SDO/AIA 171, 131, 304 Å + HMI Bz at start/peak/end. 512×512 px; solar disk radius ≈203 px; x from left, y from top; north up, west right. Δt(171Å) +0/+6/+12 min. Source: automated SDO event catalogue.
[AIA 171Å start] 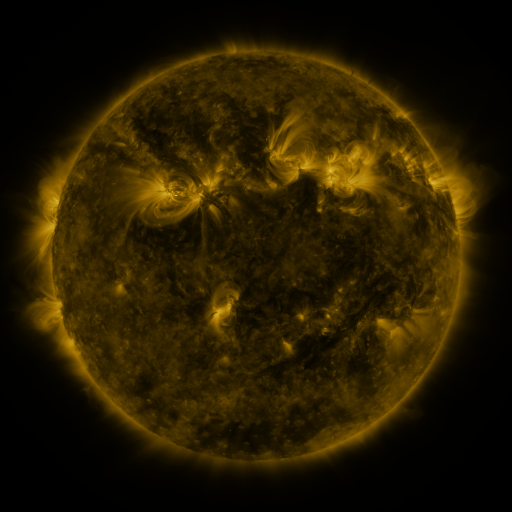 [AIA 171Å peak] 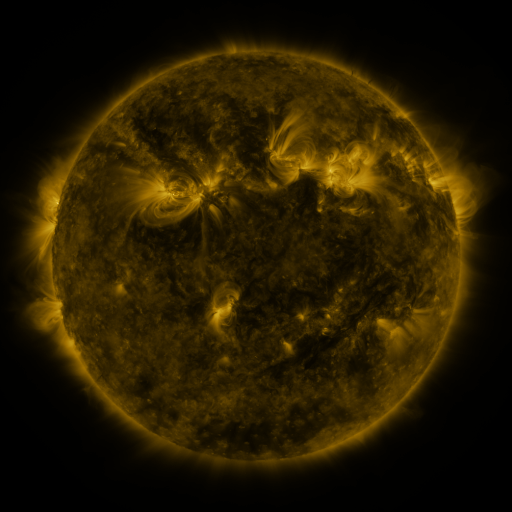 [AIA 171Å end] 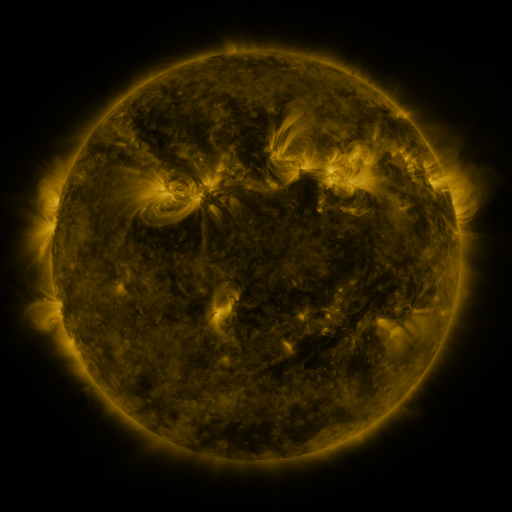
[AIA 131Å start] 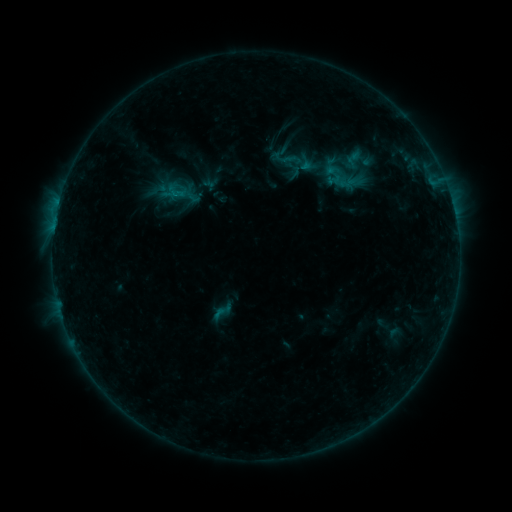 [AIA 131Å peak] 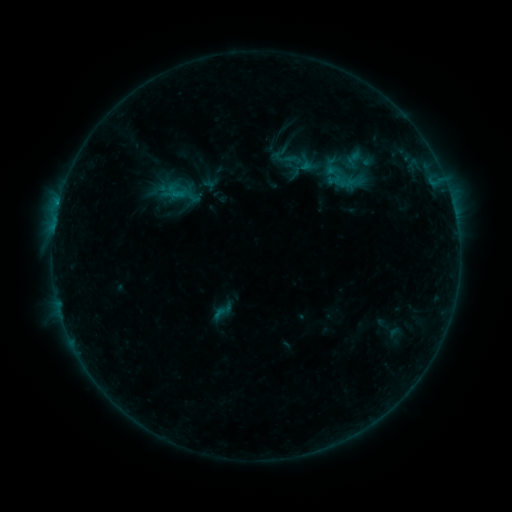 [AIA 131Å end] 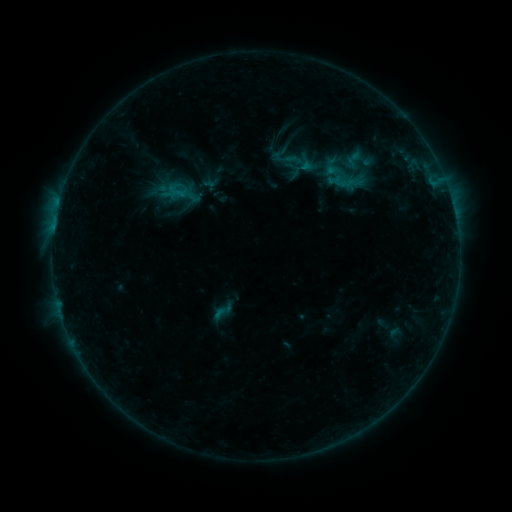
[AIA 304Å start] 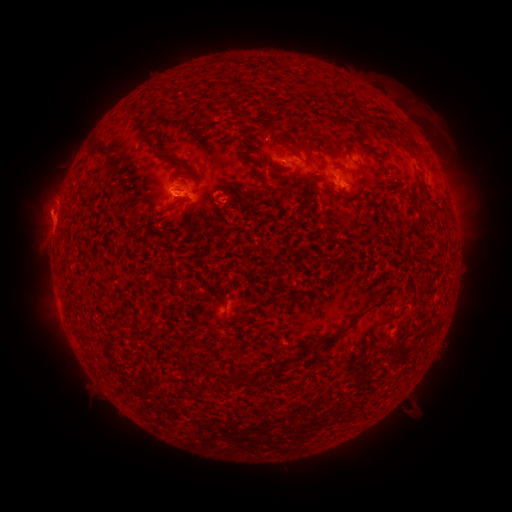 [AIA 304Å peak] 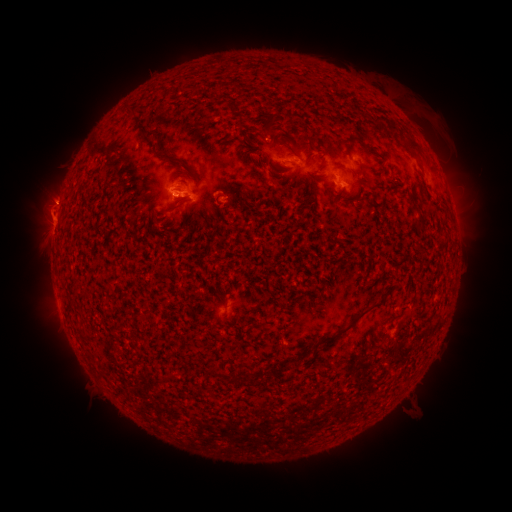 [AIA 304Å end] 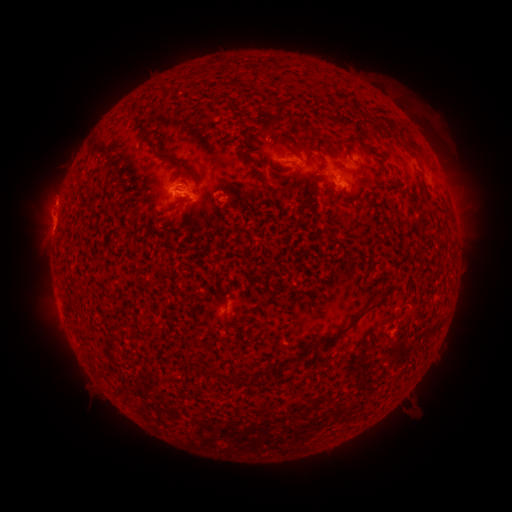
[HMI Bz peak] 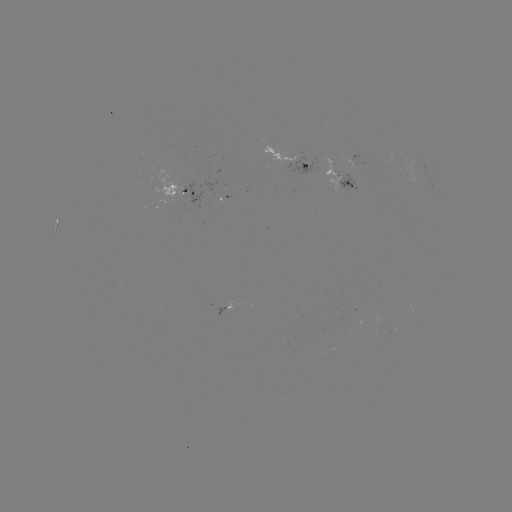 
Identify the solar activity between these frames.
eruption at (52, 194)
